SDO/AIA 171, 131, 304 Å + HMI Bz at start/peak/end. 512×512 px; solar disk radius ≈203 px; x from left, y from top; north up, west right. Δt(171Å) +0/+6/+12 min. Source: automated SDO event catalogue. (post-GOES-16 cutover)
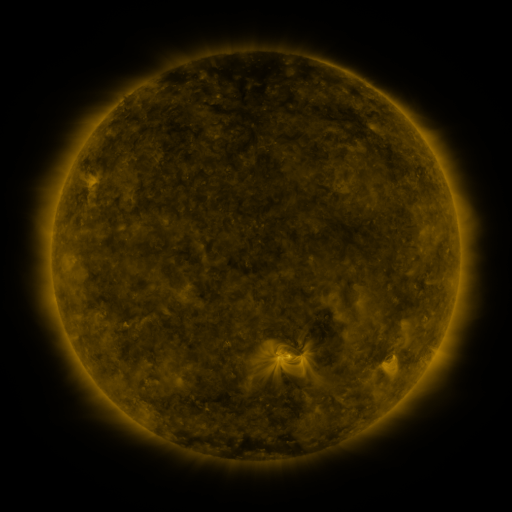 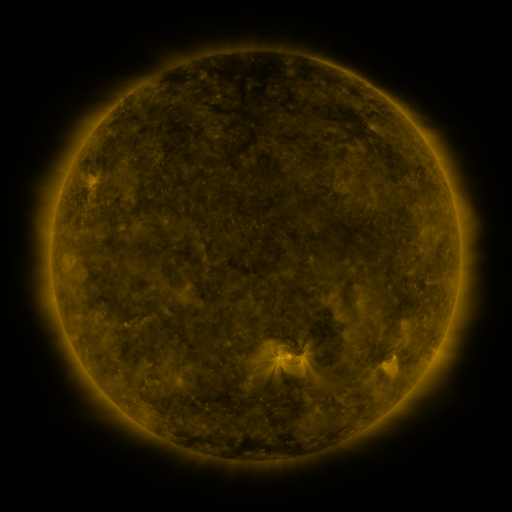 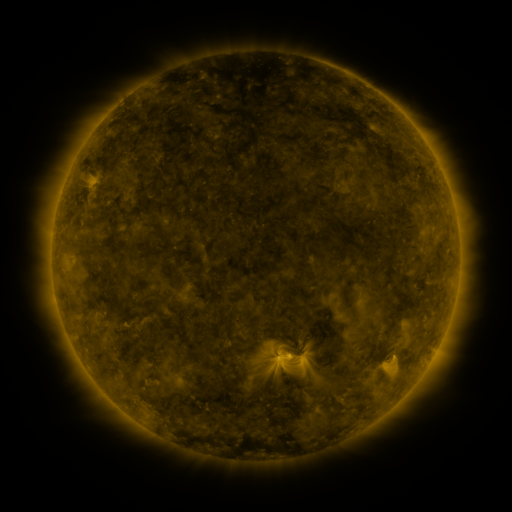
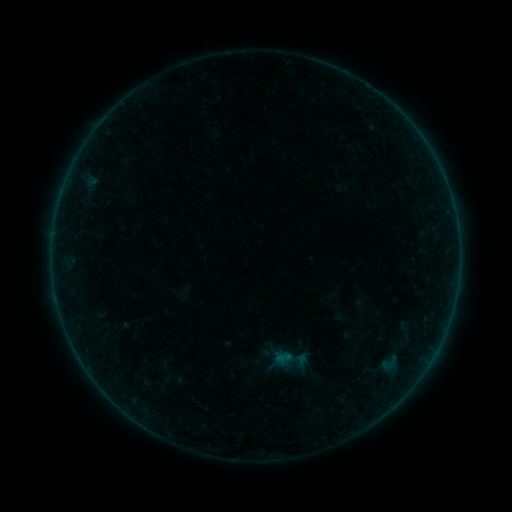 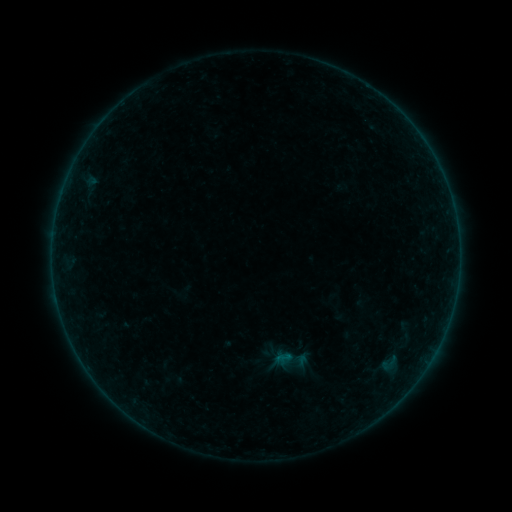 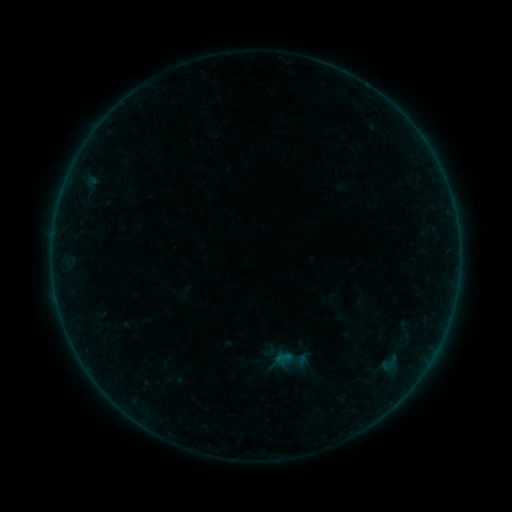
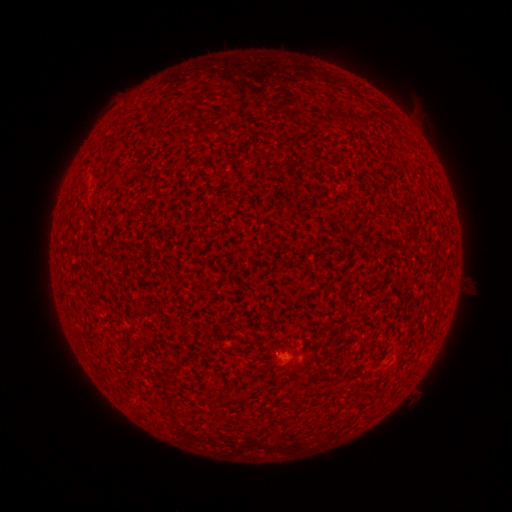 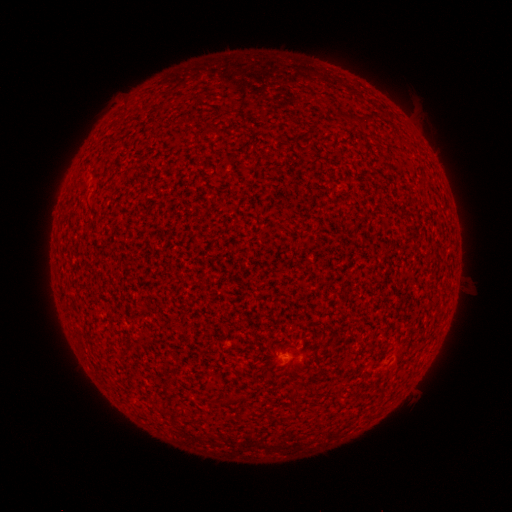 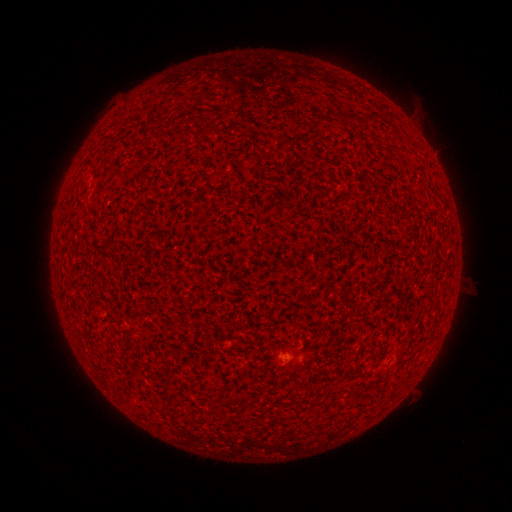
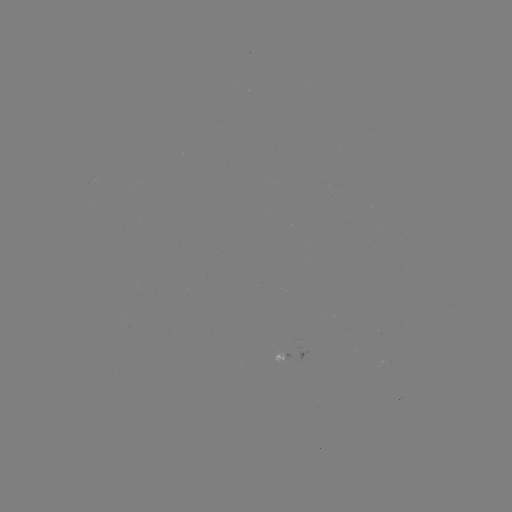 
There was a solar flare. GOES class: A3.0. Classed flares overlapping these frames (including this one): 2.